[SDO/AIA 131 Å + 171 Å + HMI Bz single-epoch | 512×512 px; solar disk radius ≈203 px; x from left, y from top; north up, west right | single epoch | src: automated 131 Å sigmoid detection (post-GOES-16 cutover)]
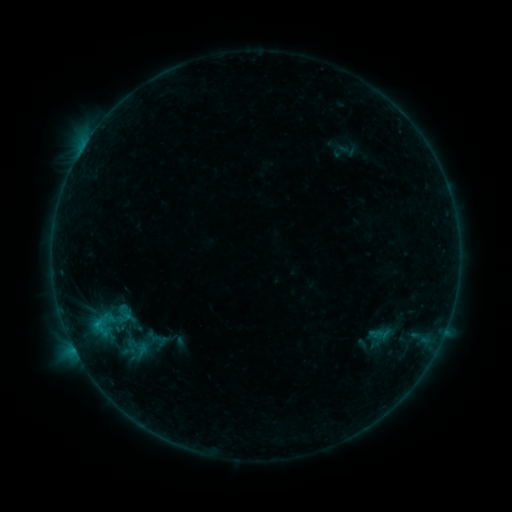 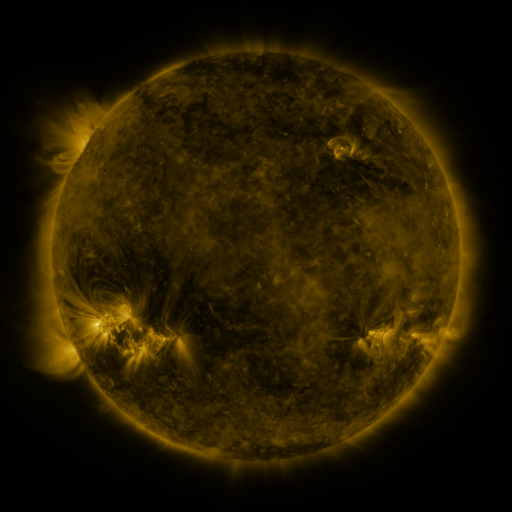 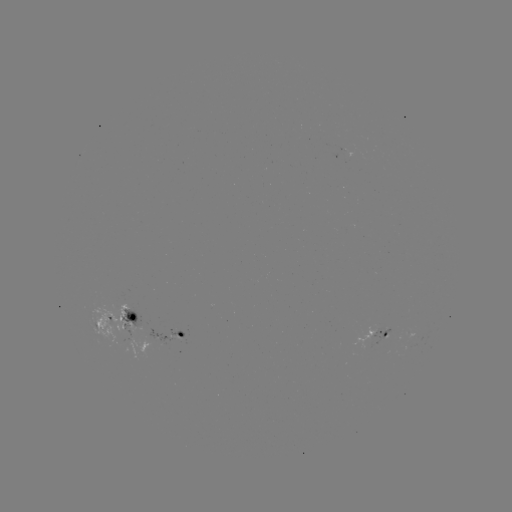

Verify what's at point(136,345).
sigmoid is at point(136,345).